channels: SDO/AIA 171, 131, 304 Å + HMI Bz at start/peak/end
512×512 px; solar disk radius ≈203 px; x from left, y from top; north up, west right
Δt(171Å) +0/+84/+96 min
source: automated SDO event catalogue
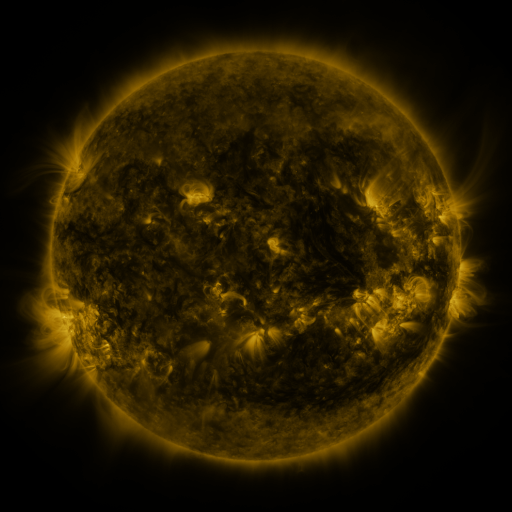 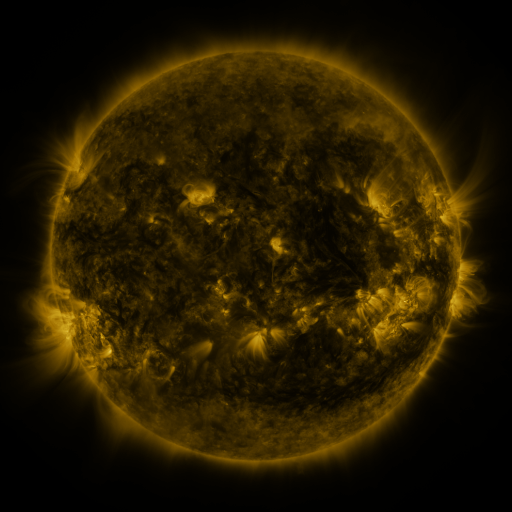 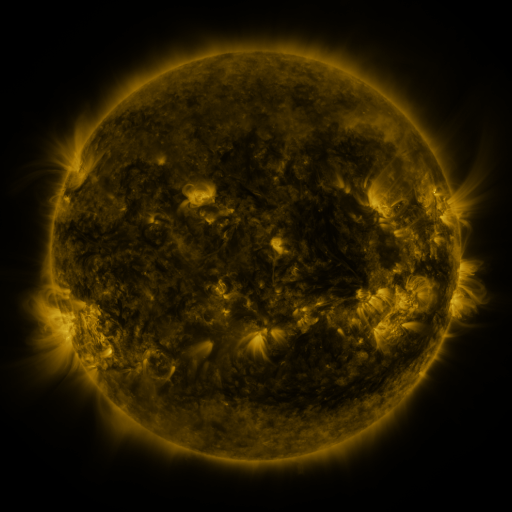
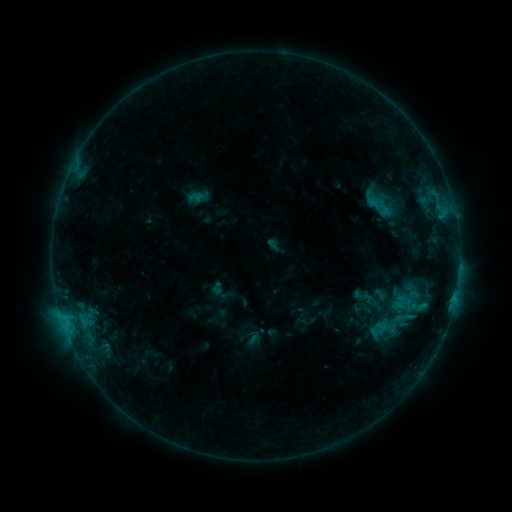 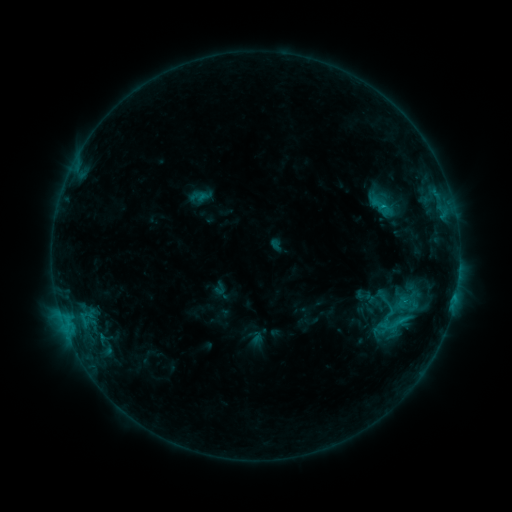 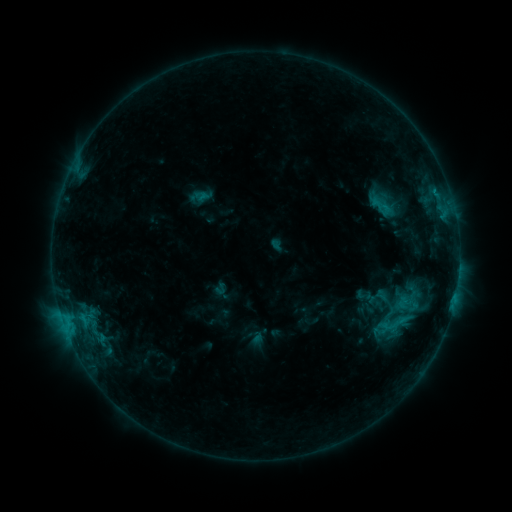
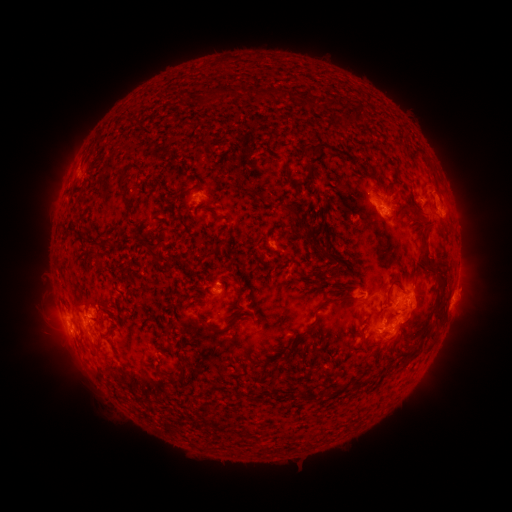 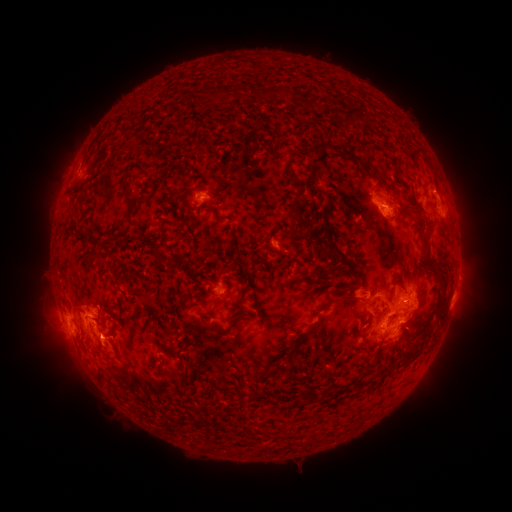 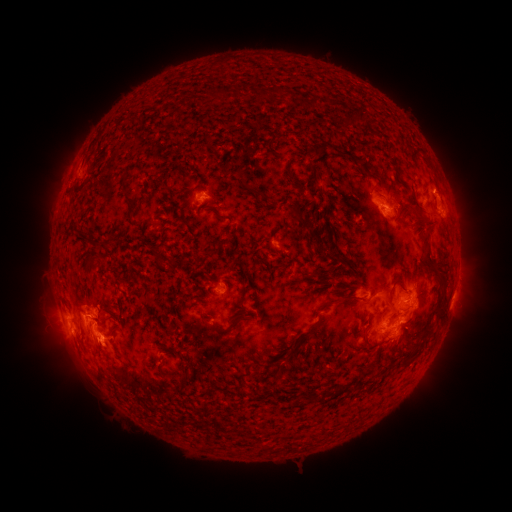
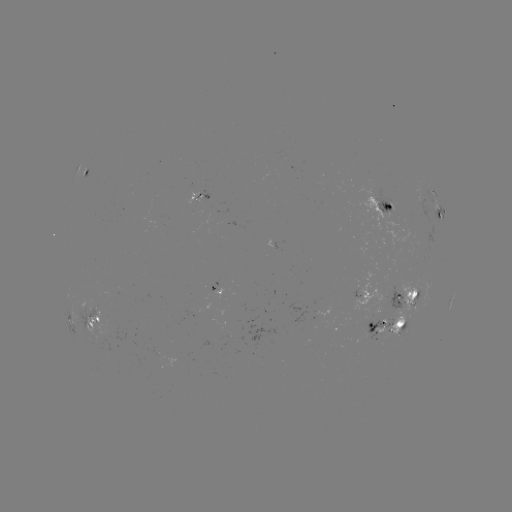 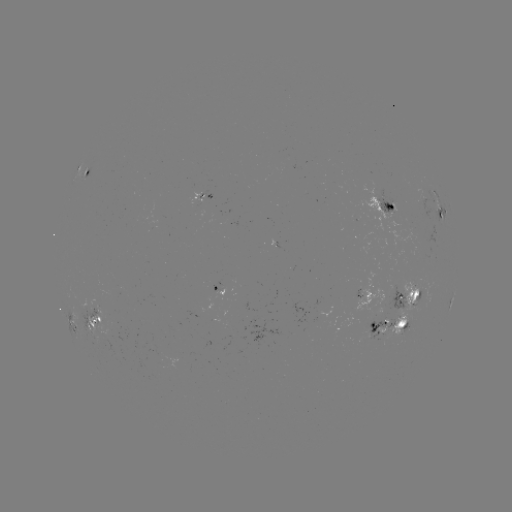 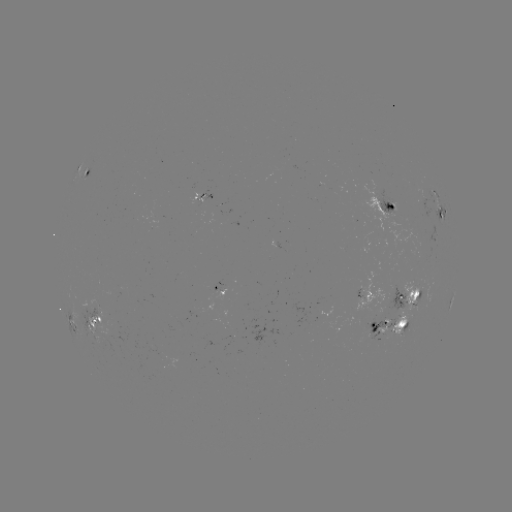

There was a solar emerging-flux region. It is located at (101, 316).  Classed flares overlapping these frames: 1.